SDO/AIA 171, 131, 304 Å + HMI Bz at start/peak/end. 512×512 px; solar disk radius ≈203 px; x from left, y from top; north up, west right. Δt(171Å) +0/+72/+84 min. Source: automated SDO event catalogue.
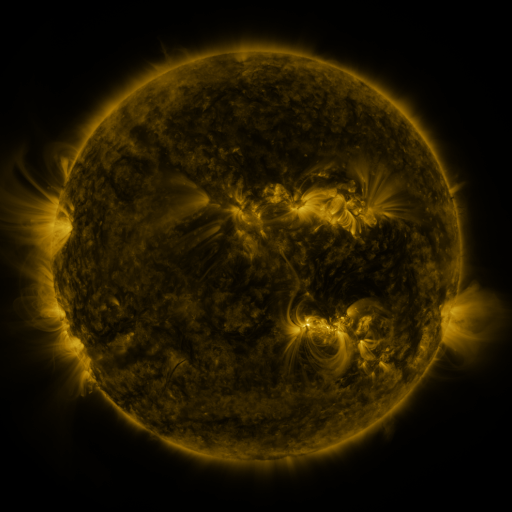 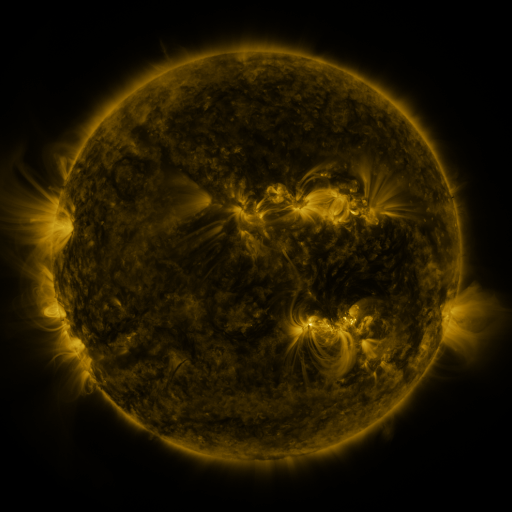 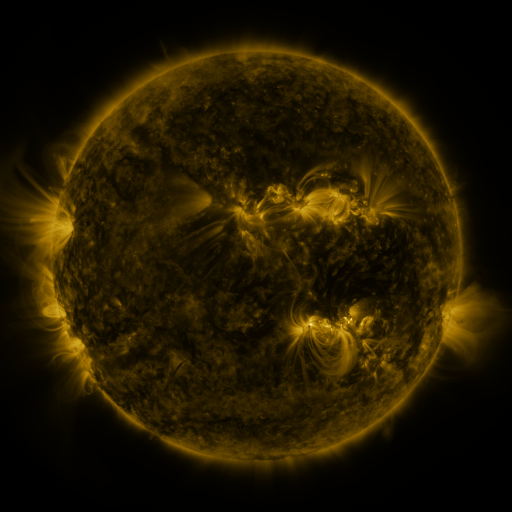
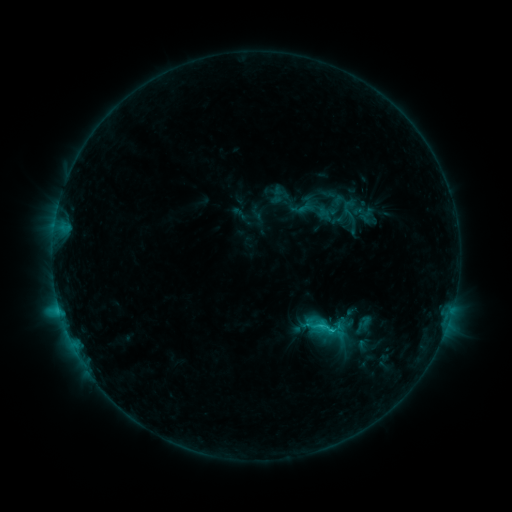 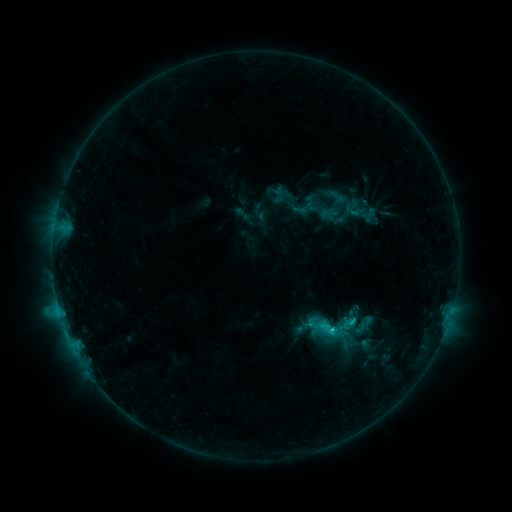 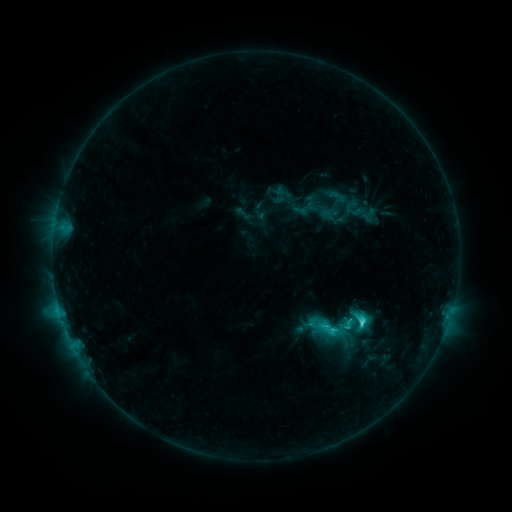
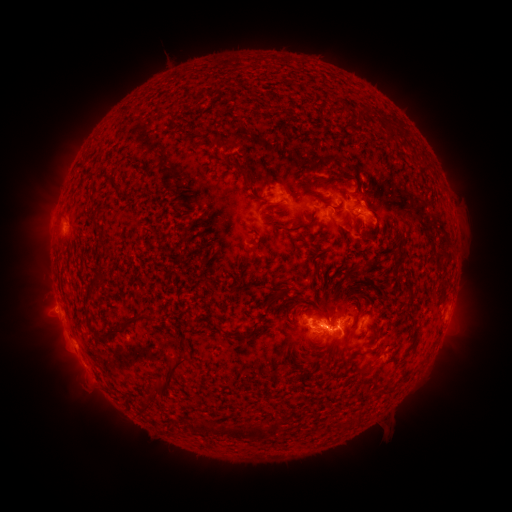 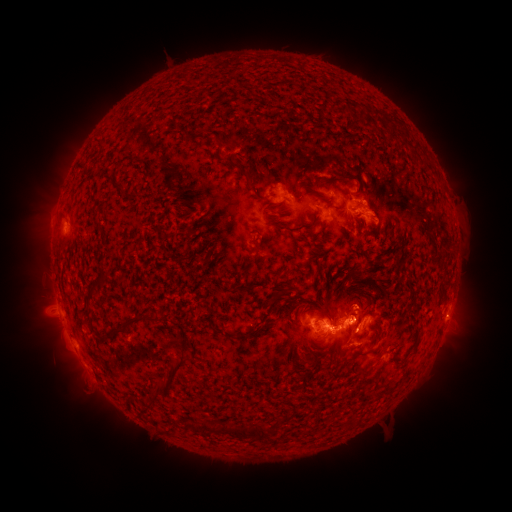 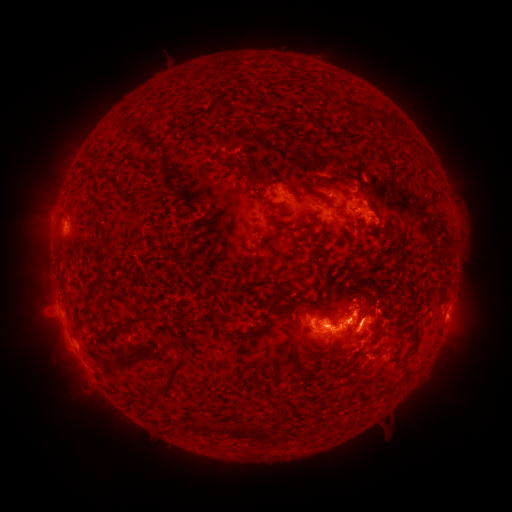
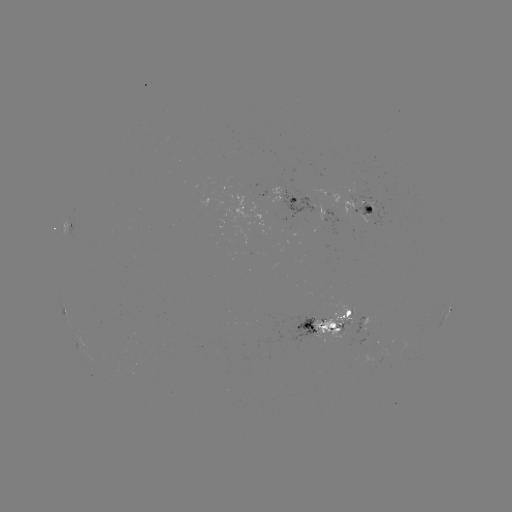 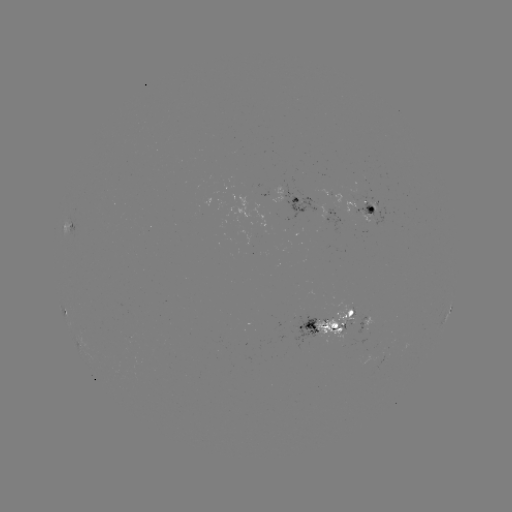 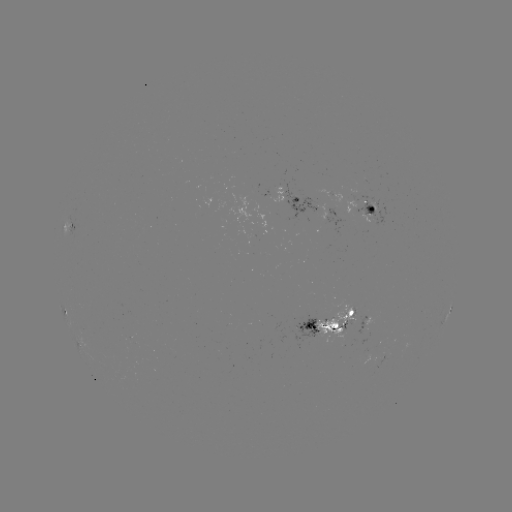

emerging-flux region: [313, 298, 354, 342]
